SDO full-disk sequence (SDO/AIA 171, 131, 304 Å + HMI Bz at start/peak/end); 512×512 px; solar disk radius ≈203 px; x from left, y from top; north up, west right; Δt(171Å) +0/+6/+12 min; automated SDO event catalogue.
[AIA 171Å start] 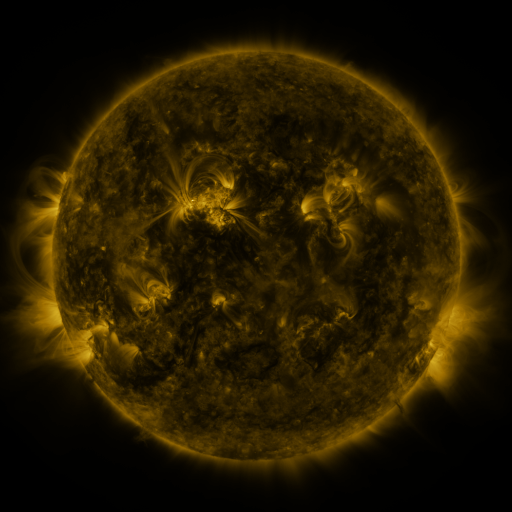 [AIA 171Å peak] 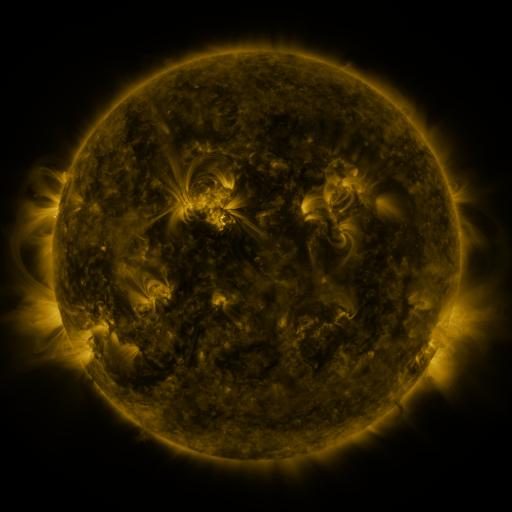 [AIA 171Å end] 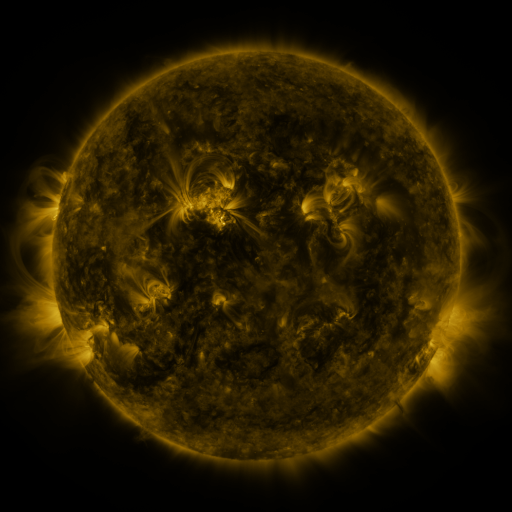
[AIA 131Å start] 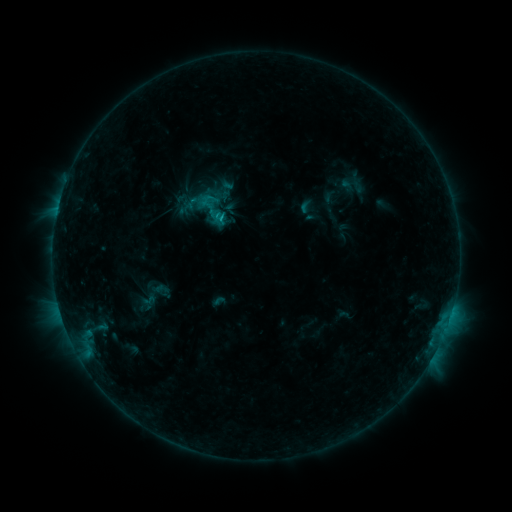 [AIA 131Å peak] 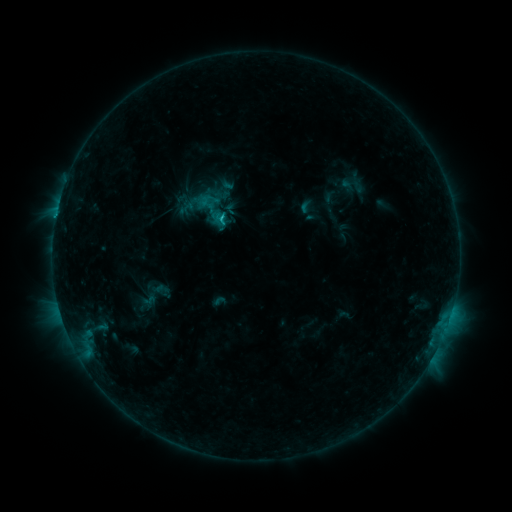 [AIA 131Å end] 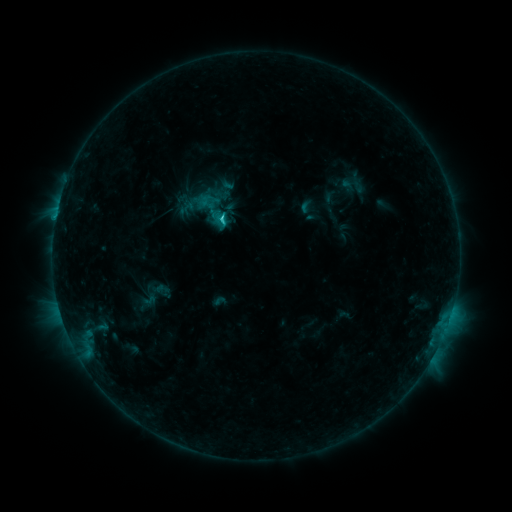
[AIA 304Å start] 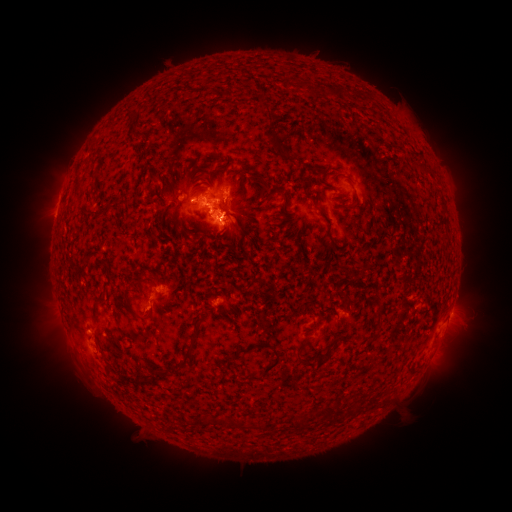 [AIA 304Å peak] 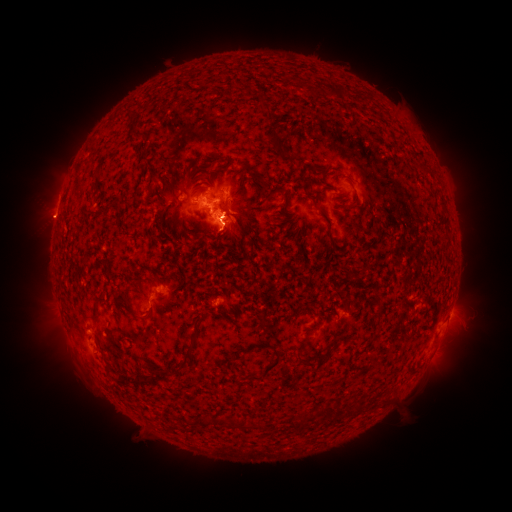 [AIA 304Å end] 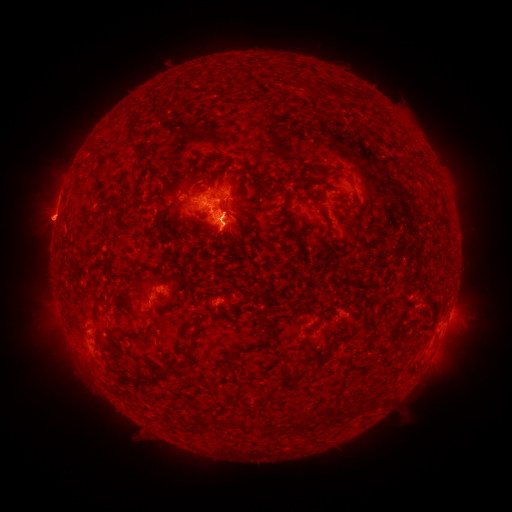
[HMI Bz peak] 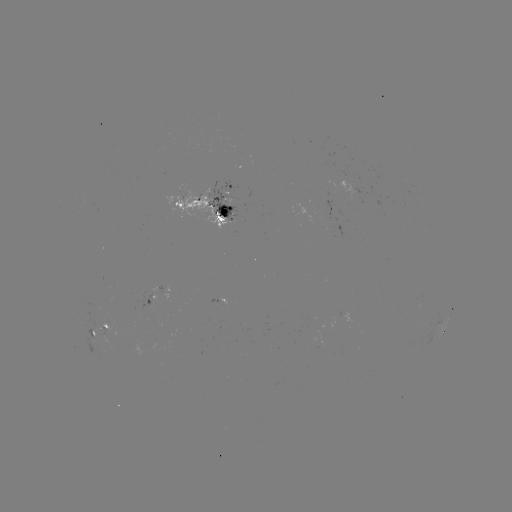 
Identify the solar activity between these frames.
eruption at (44, 221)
